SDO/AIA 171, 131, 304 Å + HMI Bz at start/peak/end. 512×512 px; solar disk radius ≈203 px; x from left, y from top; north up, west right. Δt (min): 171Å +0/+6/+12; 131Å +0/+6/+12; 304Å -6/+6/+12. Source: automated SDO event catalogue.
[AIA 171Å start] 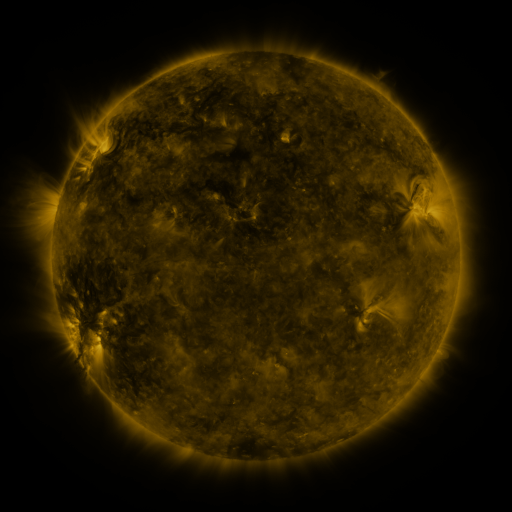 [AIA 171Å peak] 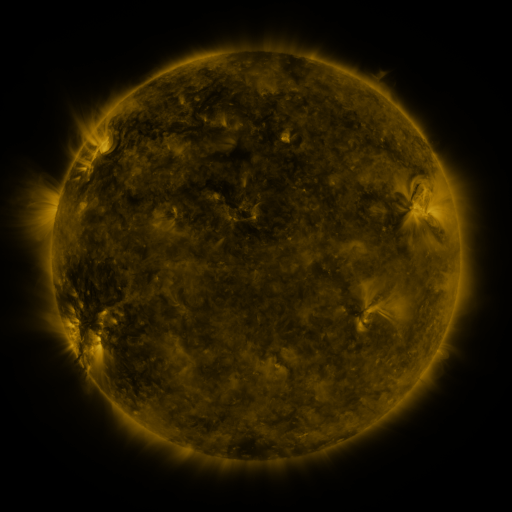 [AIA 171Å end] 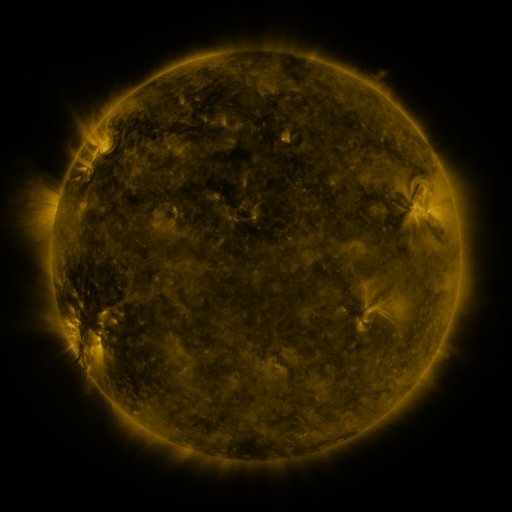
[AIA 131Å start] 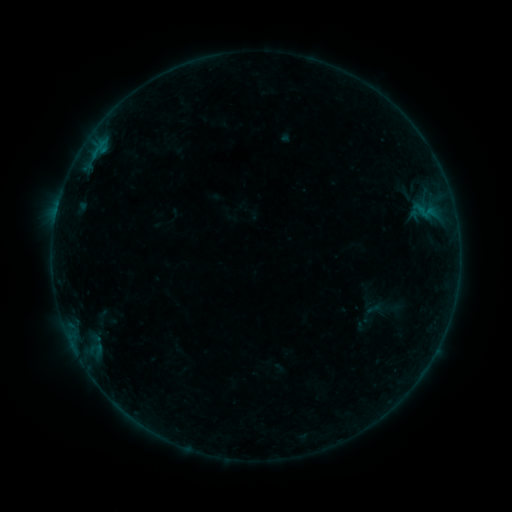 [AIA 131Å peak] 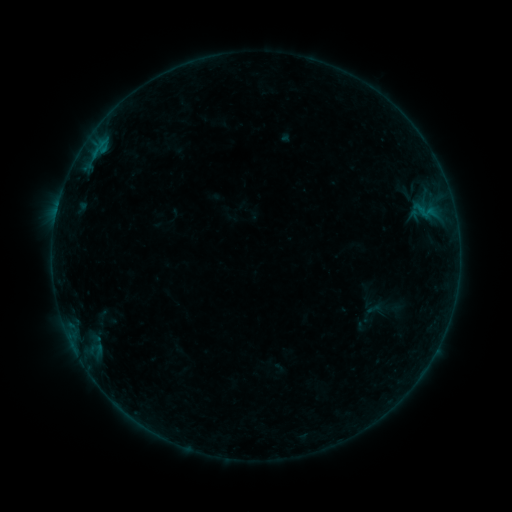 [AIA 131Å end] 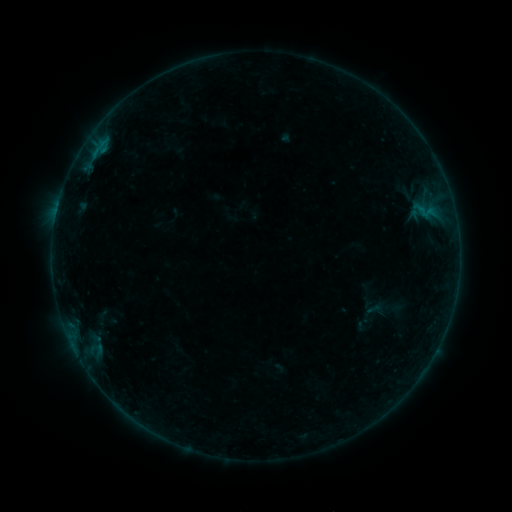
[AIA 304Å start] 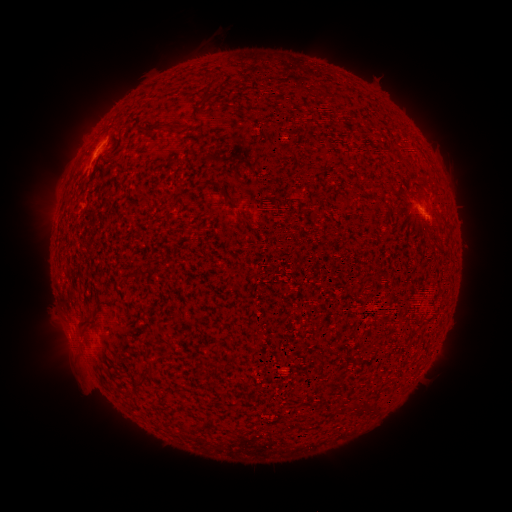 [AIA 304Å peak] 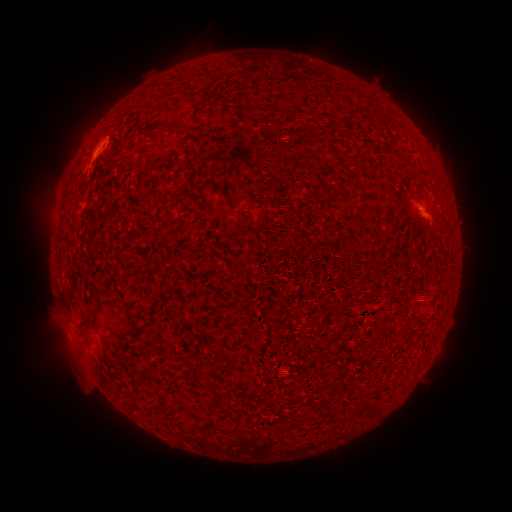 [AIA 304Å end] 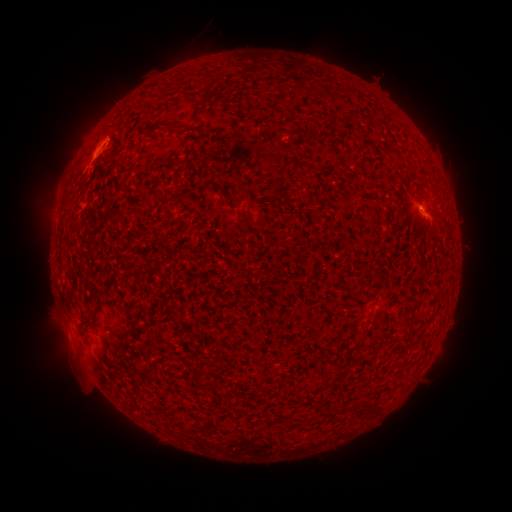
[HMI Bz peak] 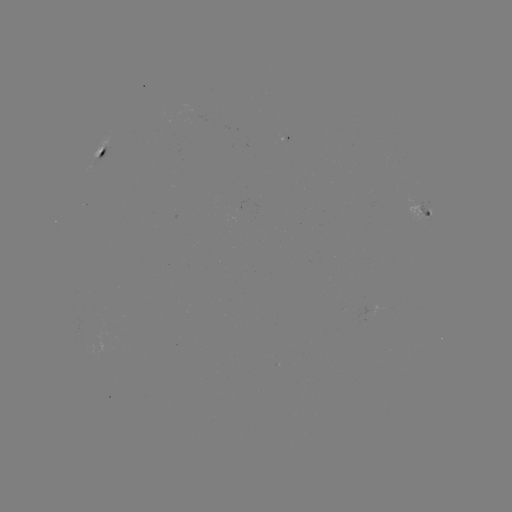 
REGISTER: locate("B1.9 flare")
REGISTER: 108,146